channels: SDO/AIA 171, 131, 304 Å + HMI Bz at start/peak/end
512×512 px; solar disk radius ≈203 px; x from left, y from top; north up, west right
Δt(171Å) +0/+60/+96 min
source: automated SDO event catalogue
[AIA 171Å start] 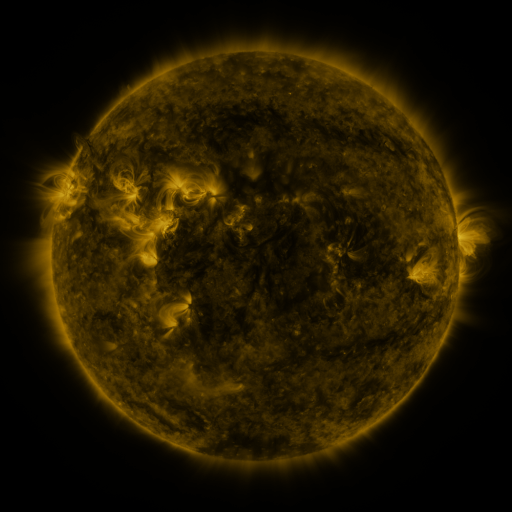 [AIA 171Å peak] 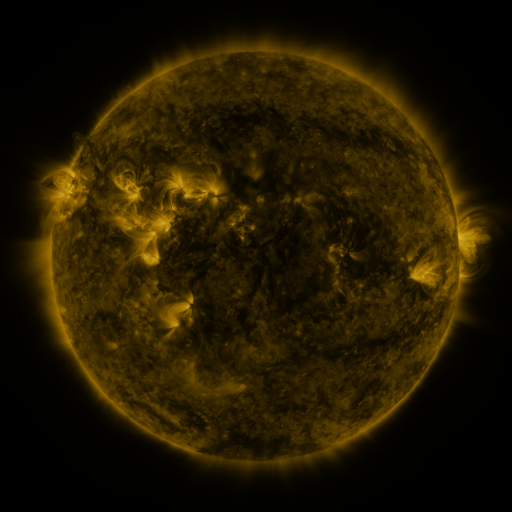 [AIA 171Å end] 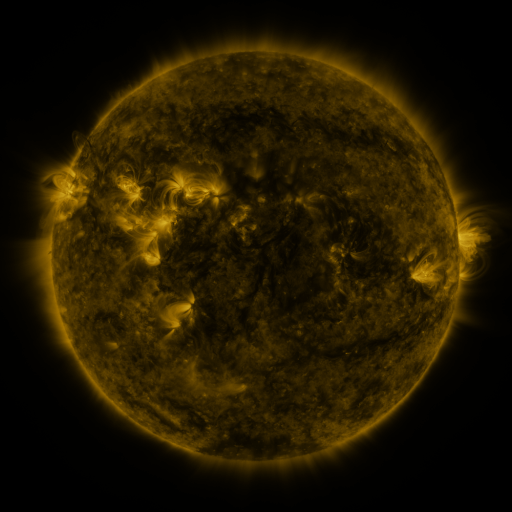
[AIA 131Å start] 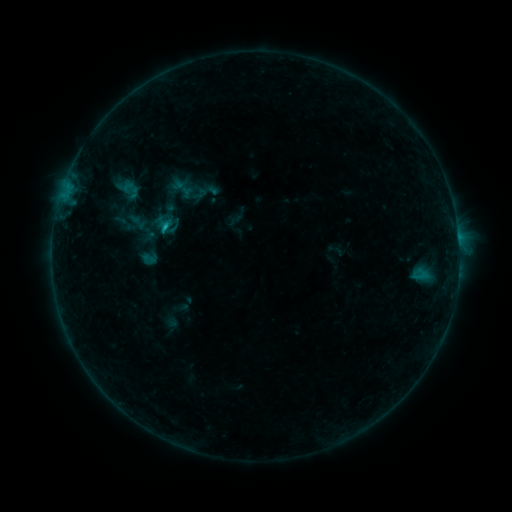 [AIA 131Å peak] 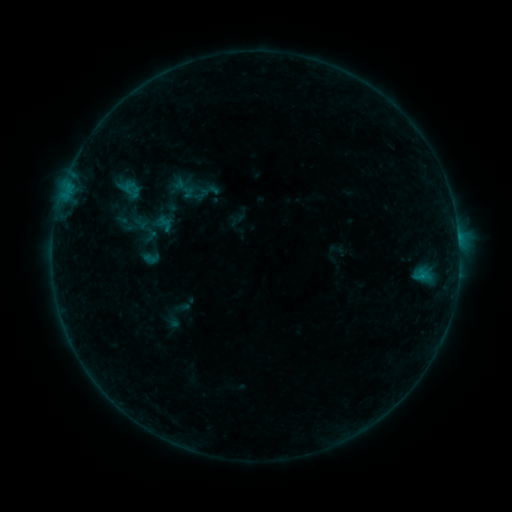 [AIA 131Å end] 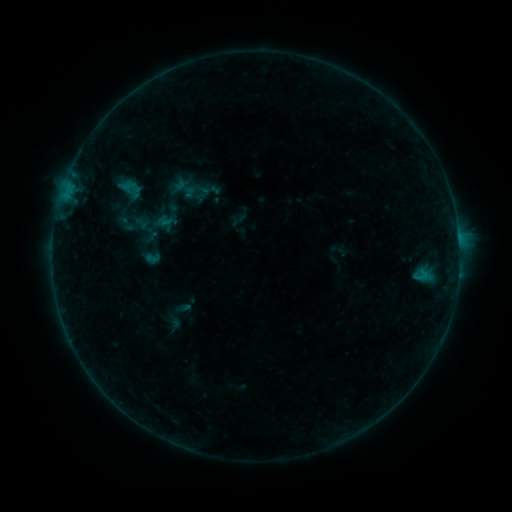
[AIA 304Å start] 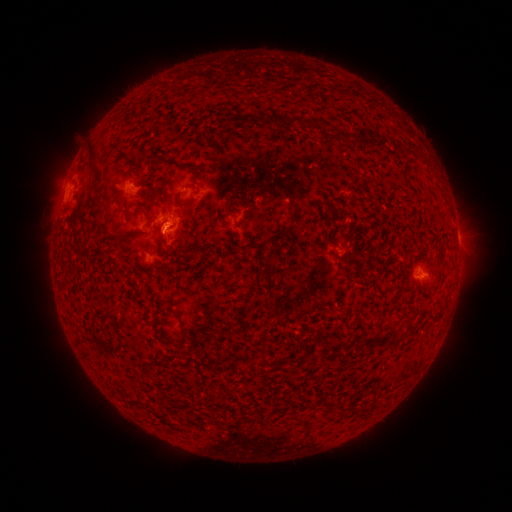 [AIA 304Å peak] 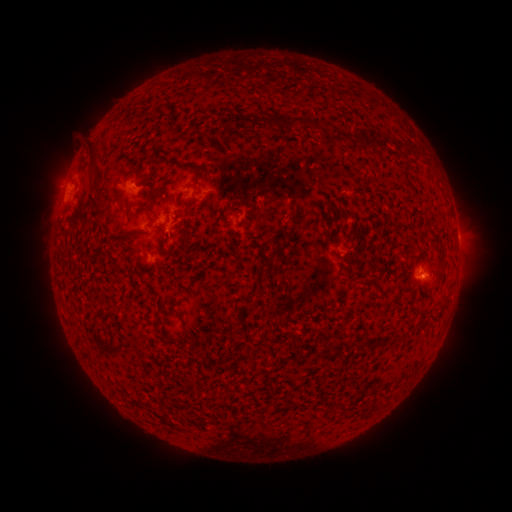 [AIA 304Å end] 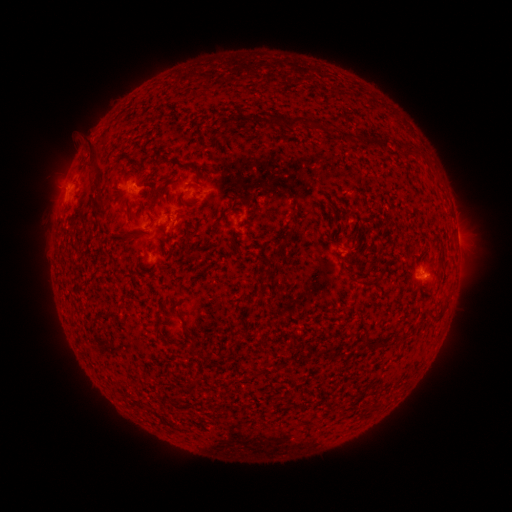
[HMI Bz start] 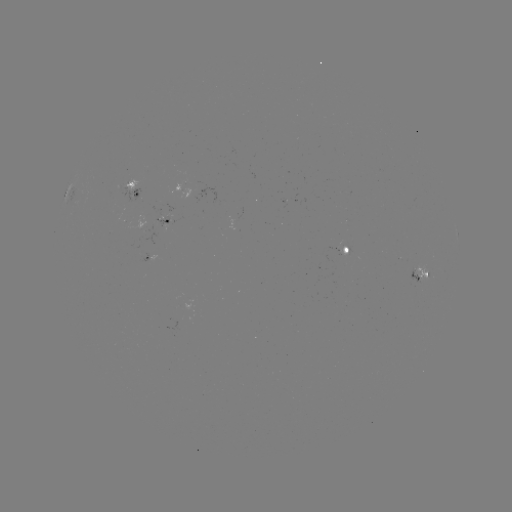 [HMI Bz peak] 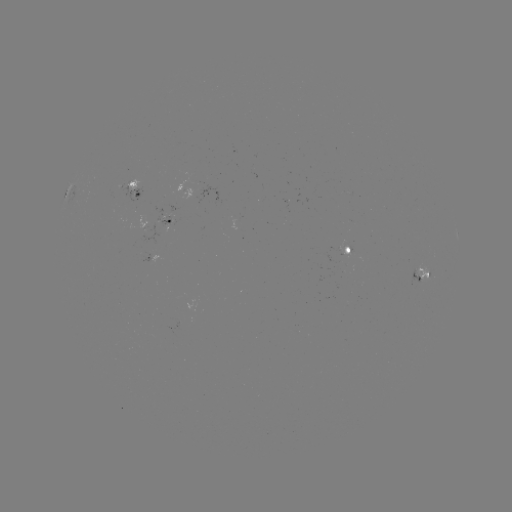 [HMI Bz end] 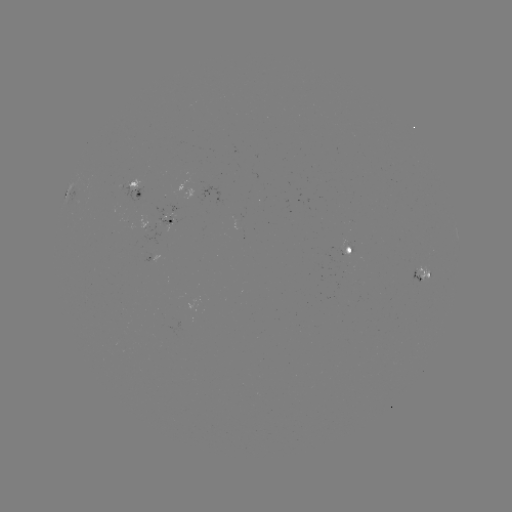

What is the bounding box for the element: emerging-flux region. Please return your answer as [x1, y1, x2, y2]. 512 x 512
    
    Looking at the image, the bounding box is [142, 224, 167, 245].